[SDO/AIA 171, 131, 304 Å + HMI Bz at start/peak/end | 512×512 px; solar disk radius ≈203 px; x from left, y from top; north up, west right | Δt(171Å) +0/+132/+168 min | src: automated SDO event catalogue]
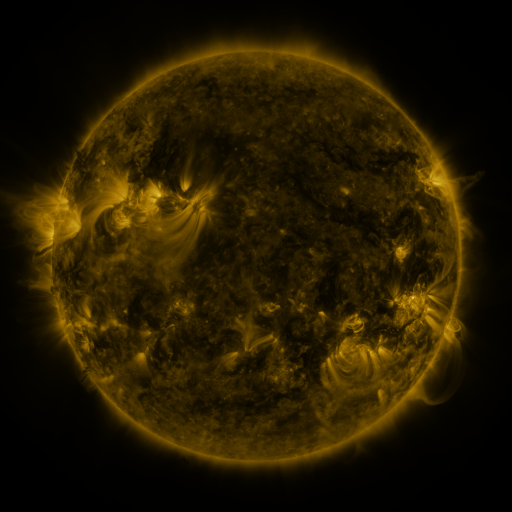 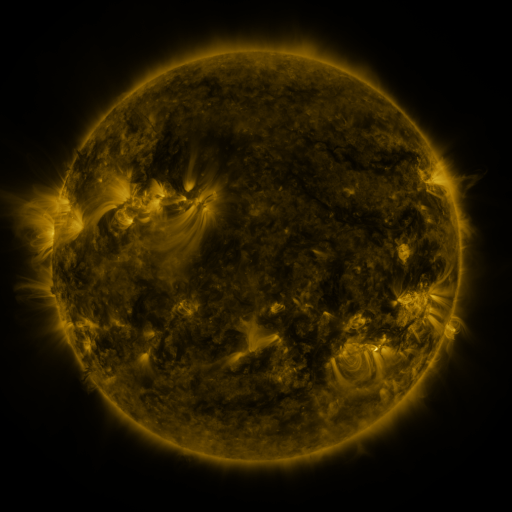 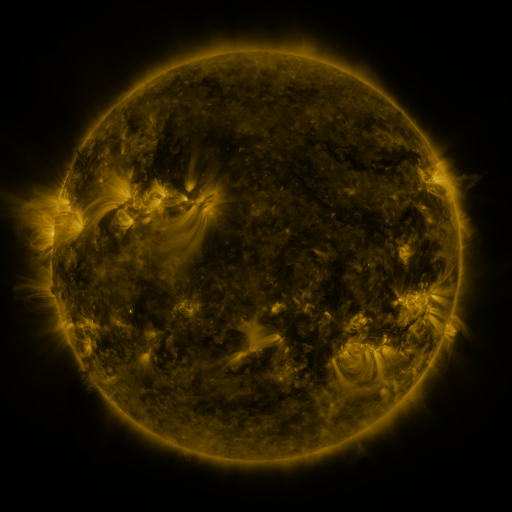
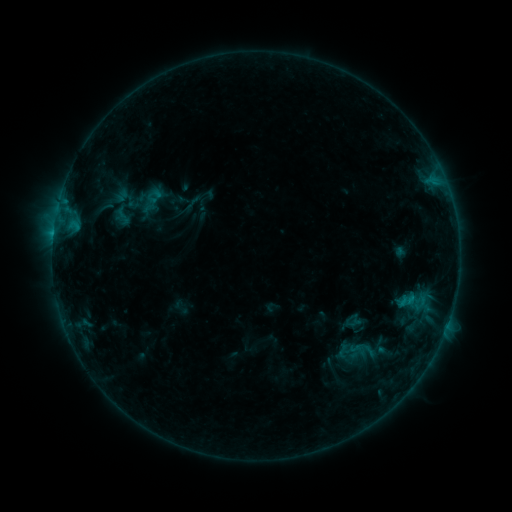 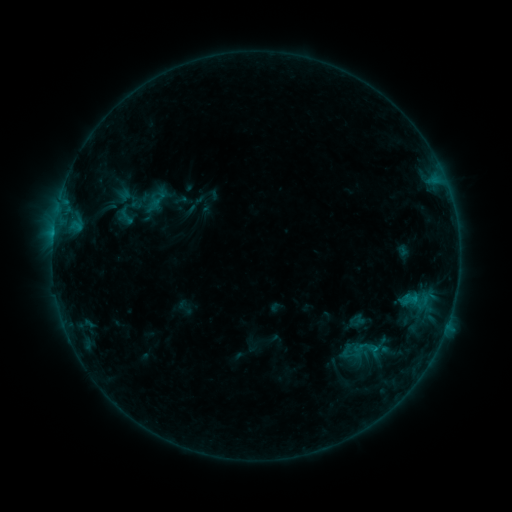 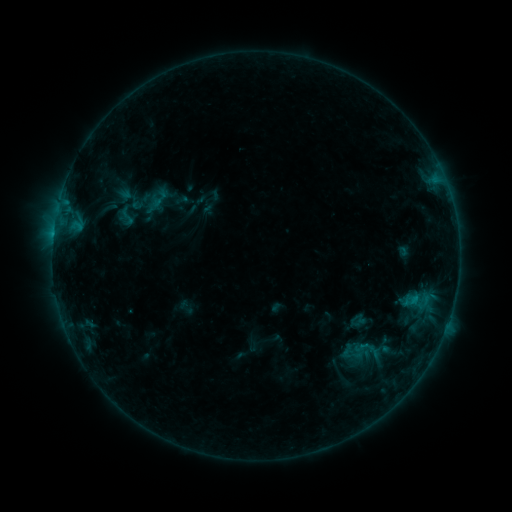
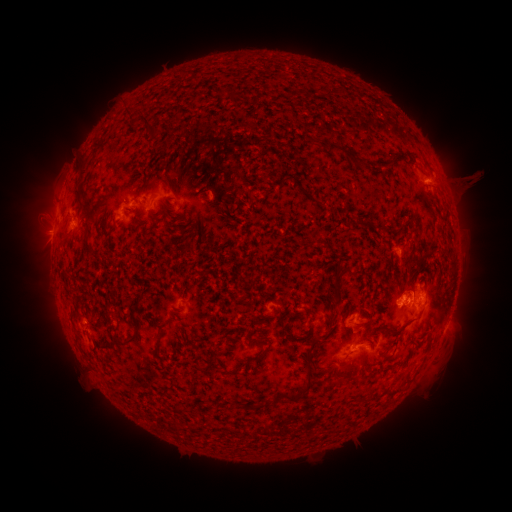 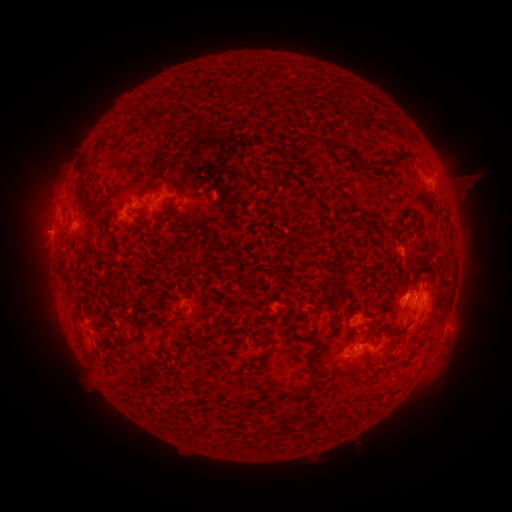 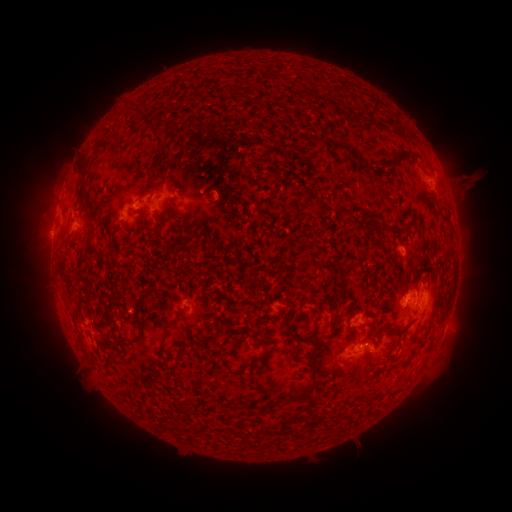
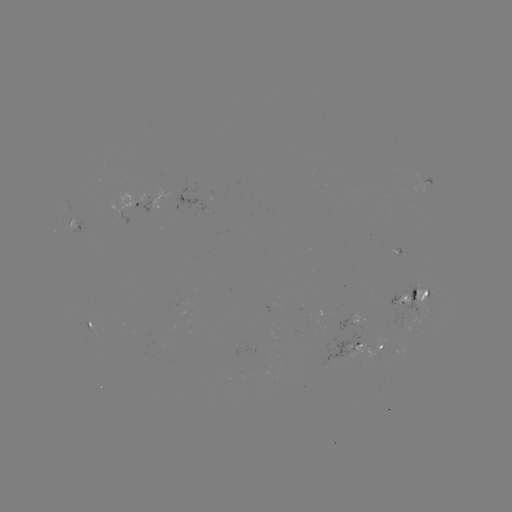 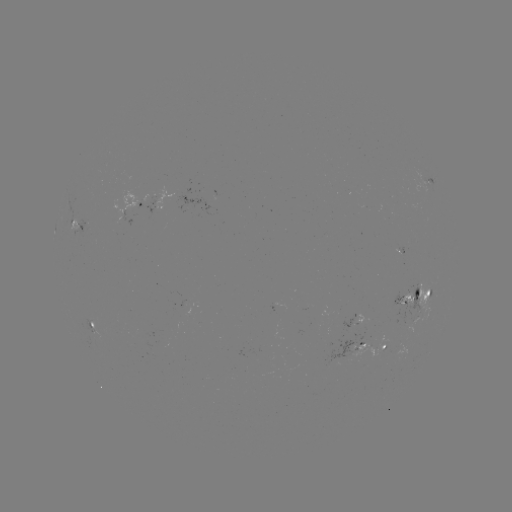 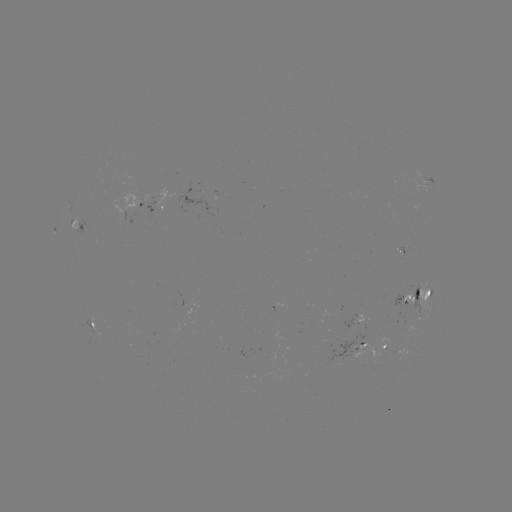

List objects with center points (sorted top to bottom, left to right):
emerging-flux region: (93, 238)
